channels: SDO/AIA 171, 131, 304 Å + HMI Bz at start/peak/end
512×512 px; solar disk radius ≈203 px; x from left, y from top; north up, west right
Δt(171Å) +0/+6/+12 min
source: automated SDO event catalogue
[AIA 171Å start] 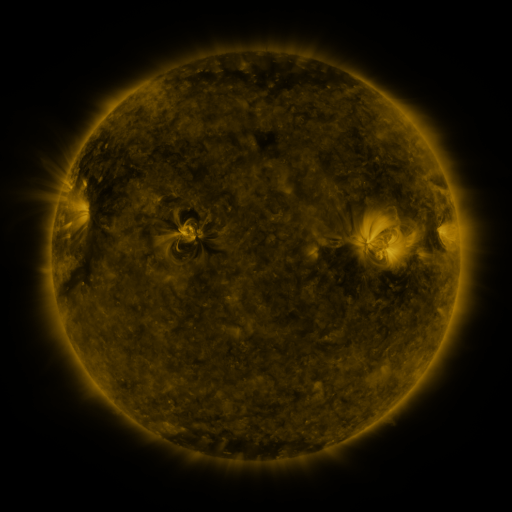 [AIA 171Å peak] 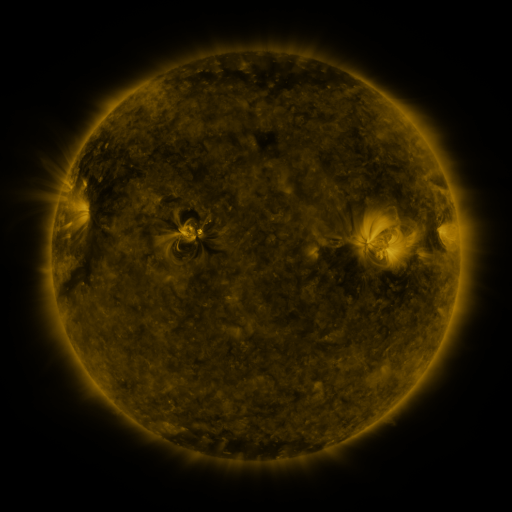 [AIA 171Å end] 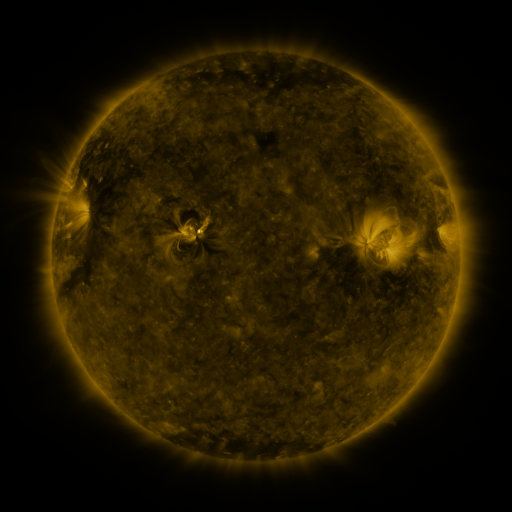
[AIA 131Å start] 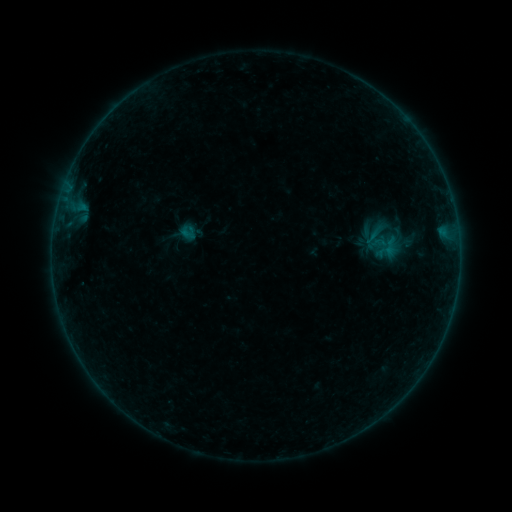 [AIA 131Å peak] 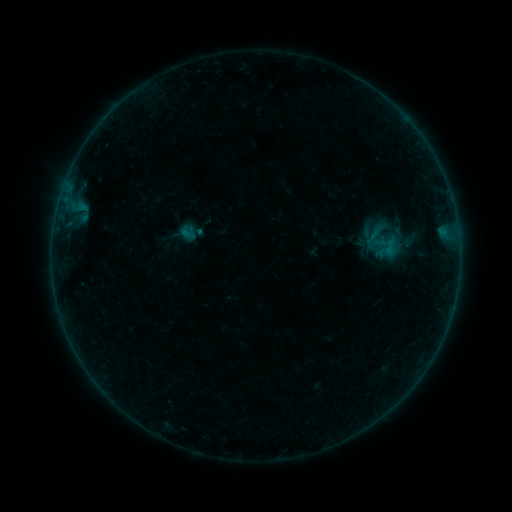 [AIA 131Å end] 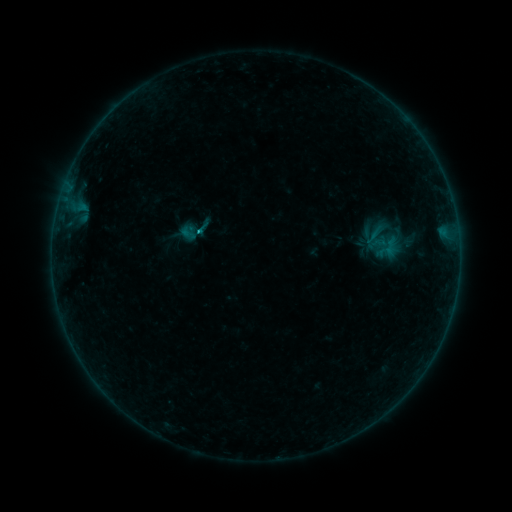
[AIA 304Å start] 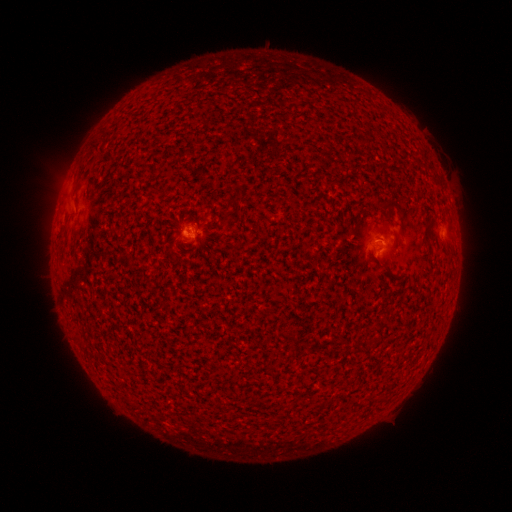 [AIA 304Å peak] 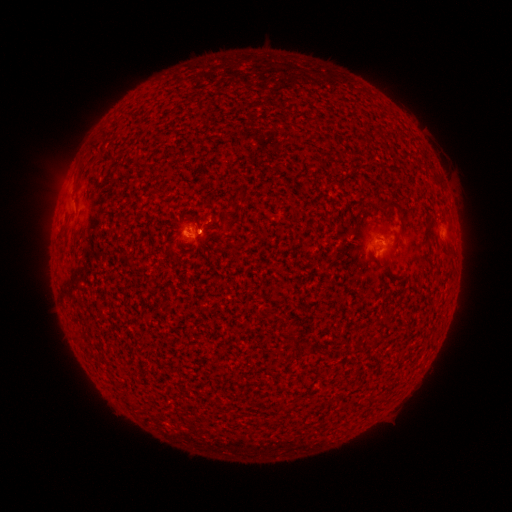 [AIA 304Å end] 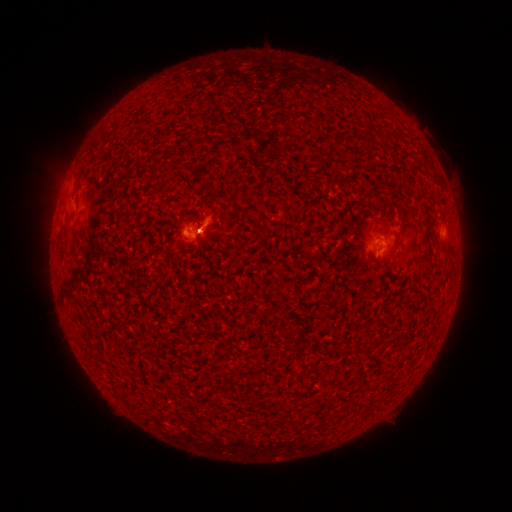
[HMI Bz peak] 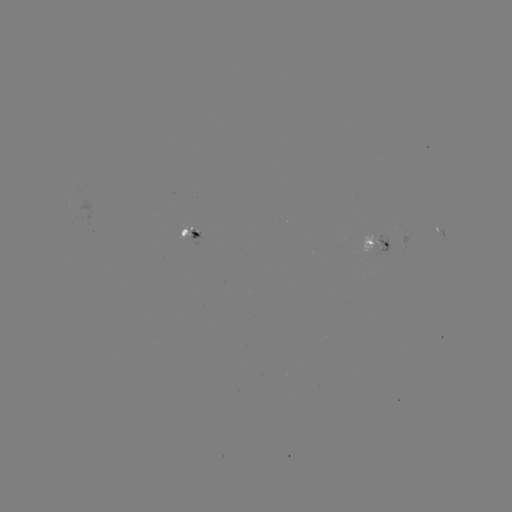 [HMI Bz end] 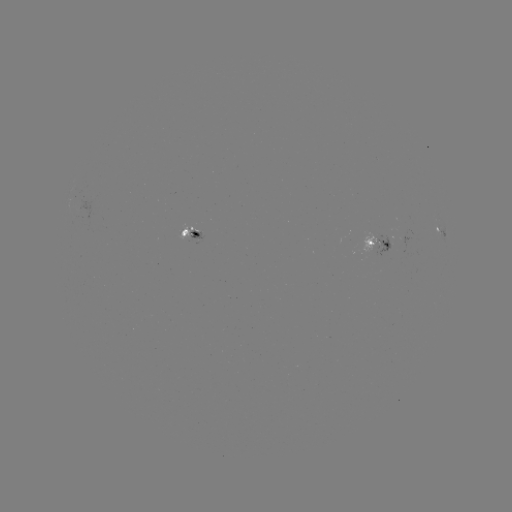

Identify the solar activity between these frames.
B2.6 flare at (200, 233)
